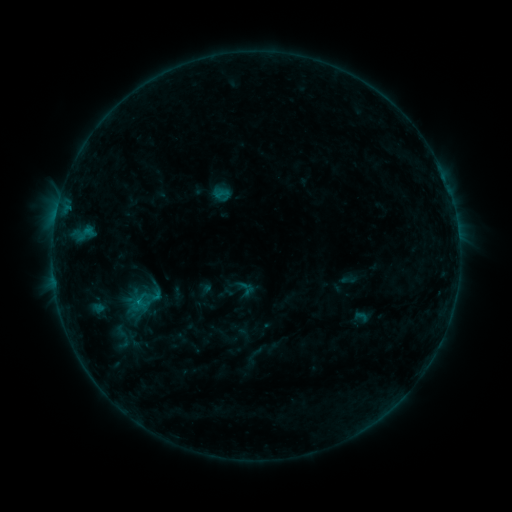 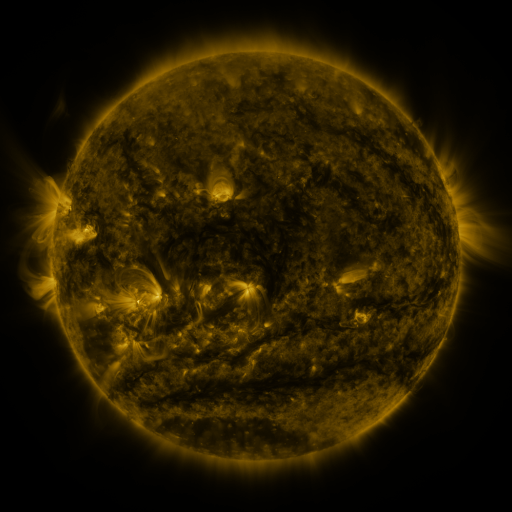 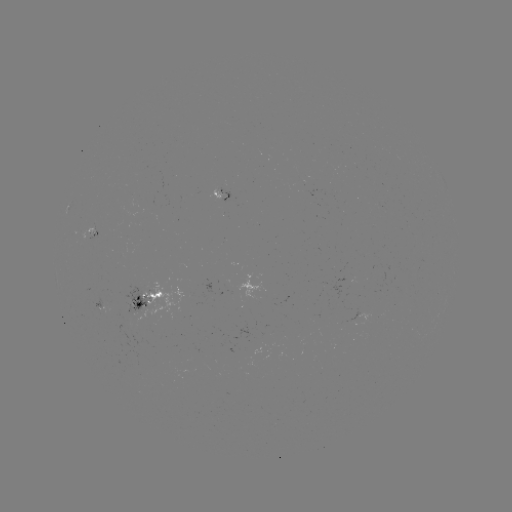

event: sigmoid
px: (120, 337)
